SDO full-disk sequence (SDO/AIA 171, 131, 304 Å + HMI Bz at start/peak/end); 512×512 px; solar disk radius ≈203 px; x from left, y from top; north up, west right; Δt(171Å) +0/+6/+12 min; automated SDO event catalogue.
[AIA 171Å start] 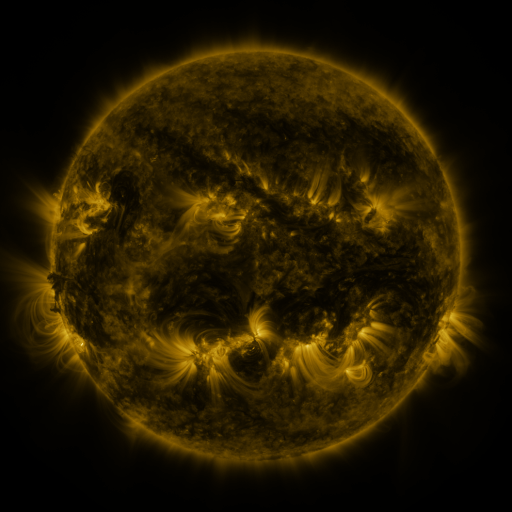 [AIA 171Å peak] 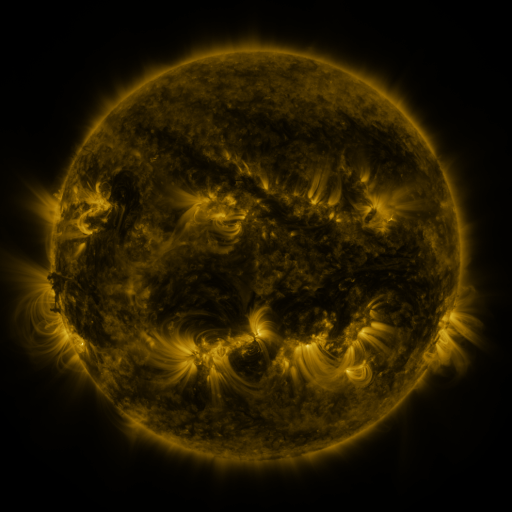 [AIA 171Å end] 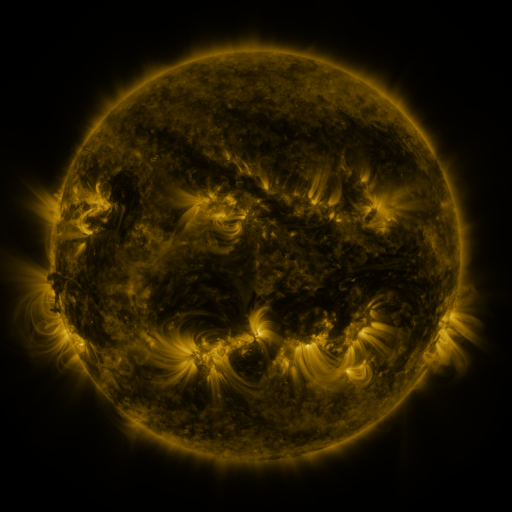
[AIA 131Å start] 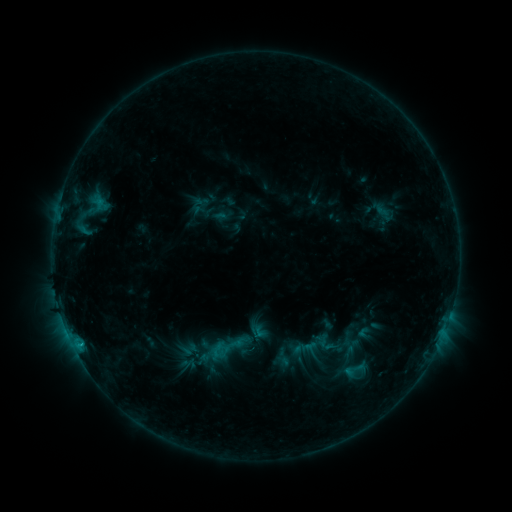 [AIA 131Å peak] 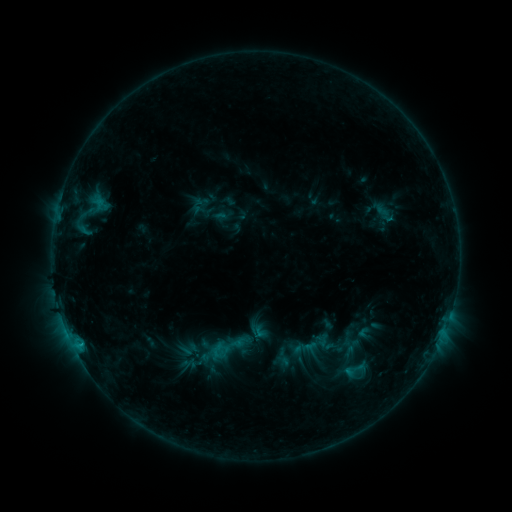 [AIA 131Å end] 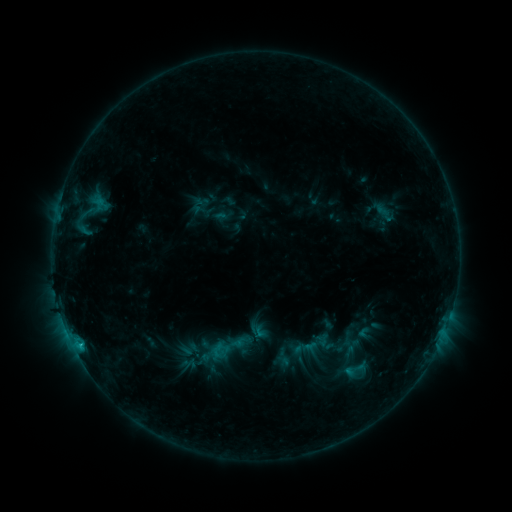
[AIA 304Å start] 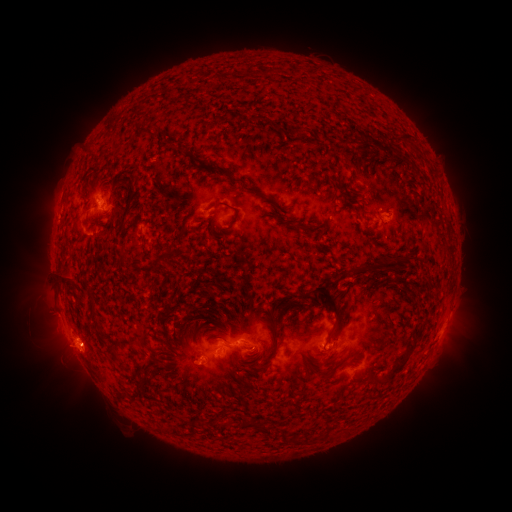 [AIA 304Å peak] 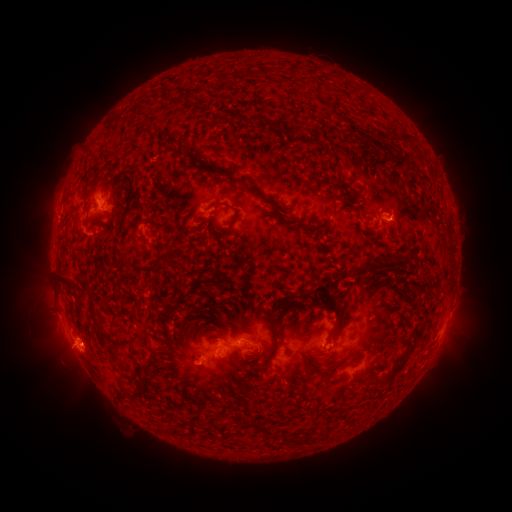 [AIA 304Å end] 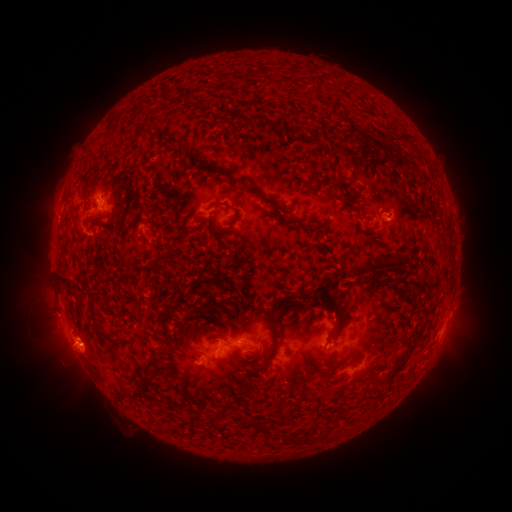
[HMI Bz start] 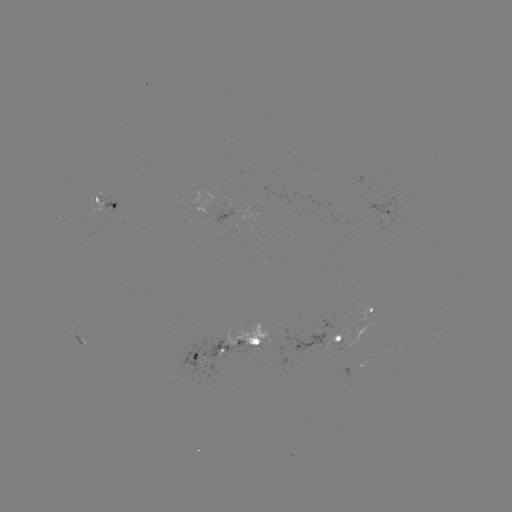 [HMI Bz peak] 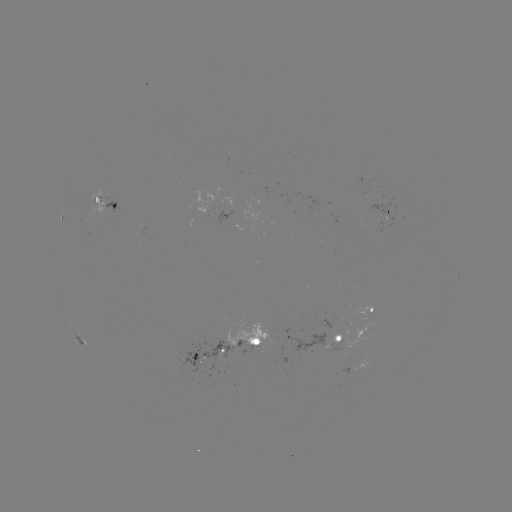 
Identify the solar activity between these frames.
C1.3 flare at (80, 344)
